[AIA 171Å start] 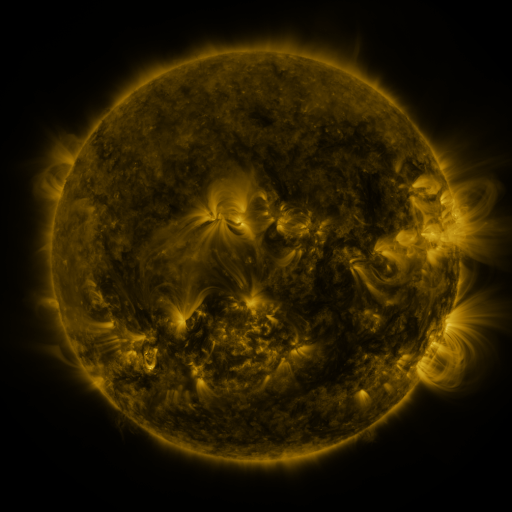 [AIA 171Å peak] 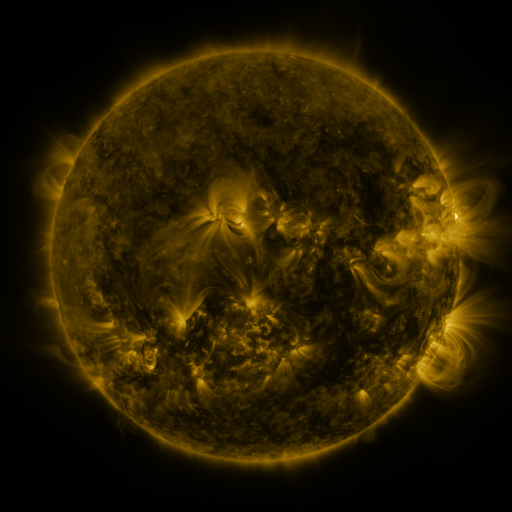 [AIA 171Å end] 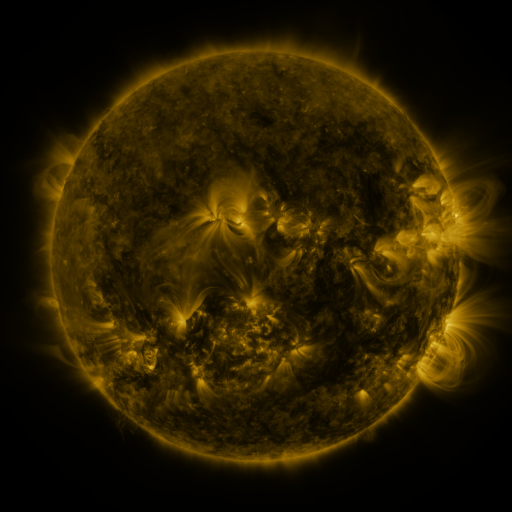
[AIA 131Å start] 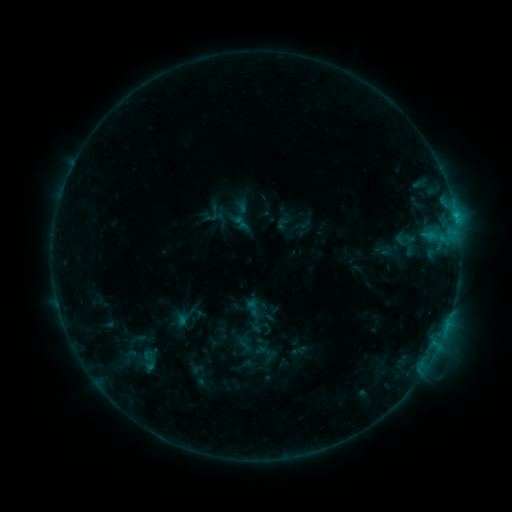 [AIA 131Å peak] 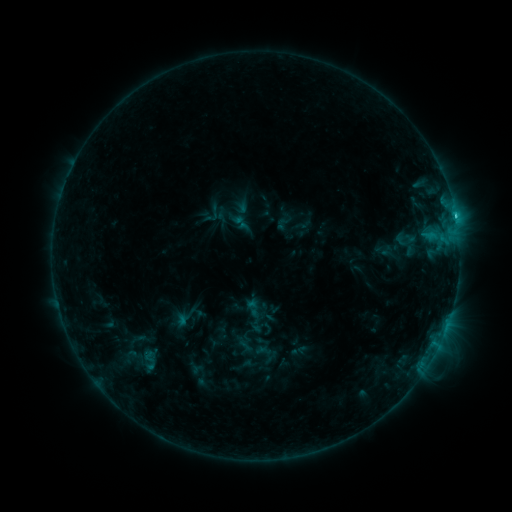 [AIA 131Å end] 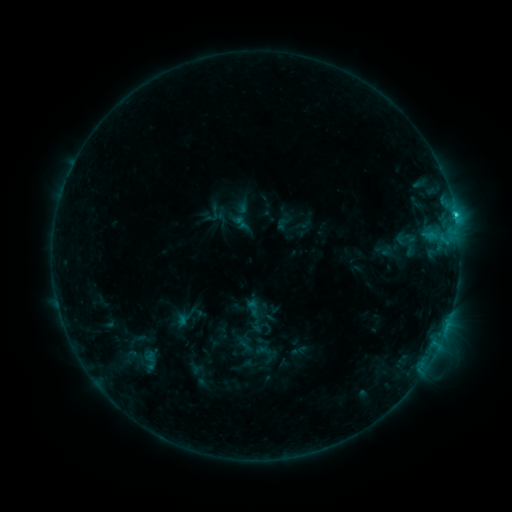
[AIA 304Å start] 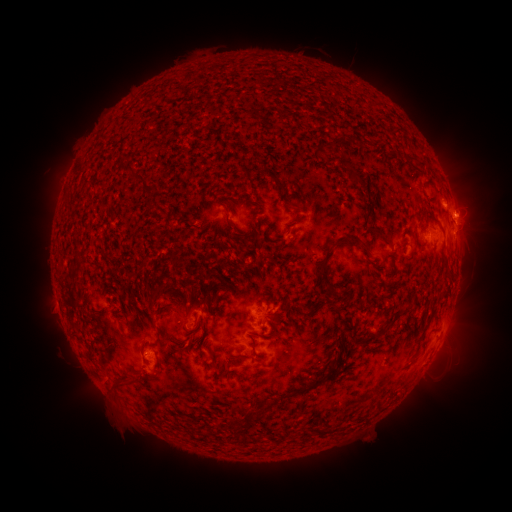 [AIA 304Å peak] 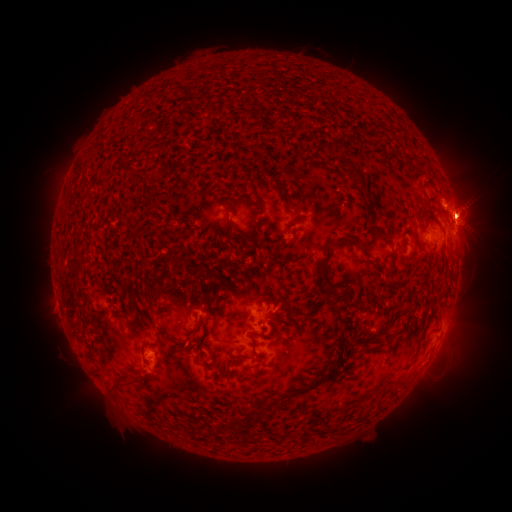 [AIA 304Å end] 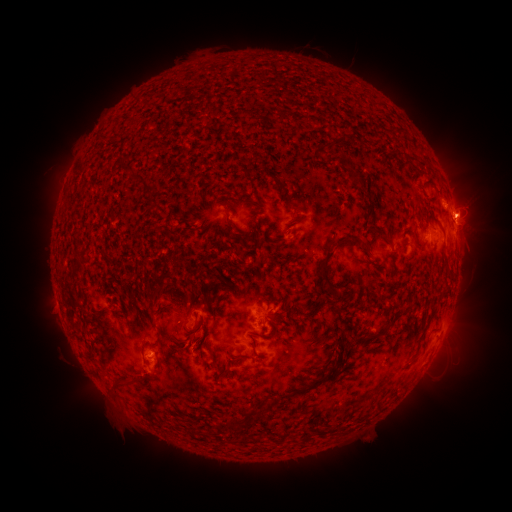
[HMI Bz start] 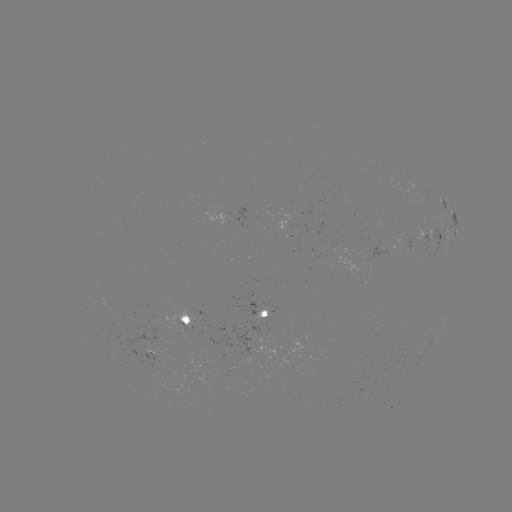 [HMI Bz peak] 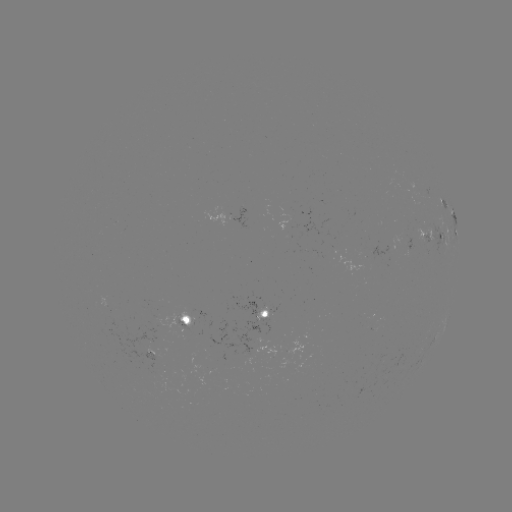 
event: eruption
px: (469, 206)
